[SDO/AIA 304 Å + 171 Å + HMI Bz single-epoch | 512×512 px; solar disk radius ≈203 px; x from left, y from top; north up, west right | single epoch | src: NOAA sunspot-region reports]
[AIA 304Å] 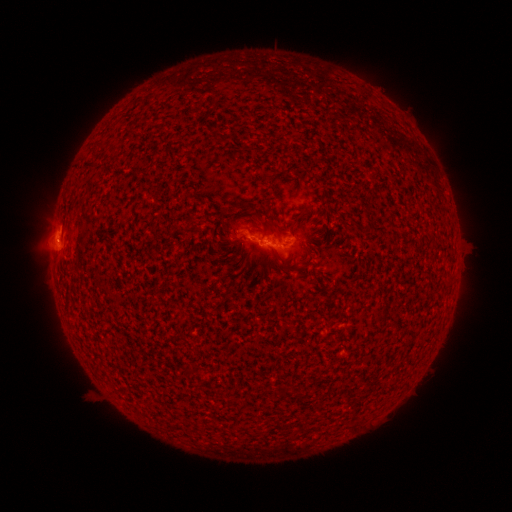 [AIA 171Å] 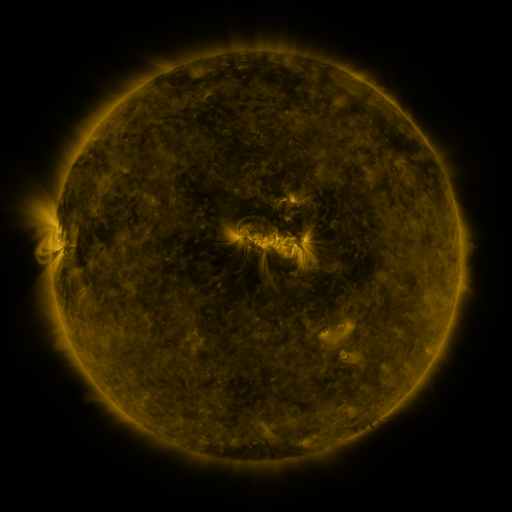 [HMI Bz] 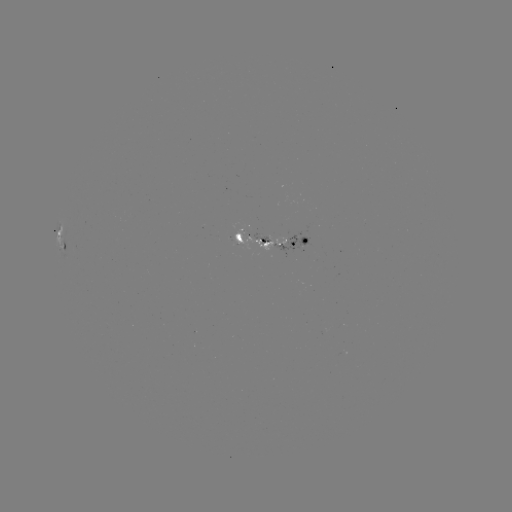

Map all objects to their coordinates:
spotted active region: (276, 237)
spotted active region: (60, 244)
